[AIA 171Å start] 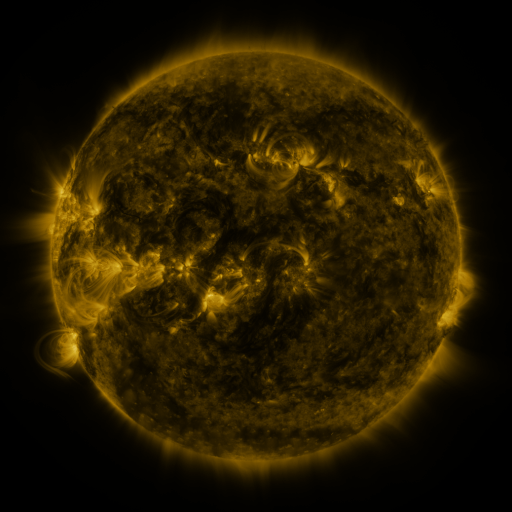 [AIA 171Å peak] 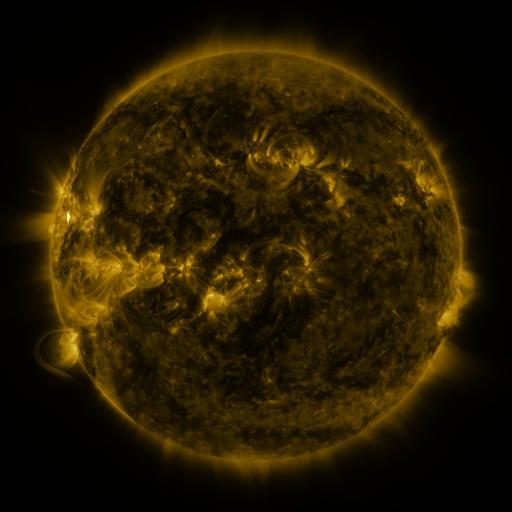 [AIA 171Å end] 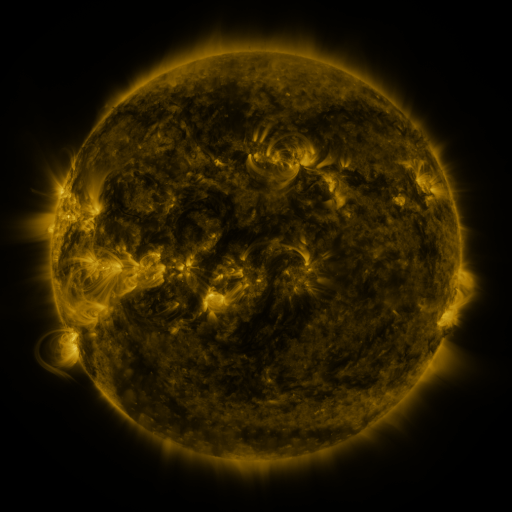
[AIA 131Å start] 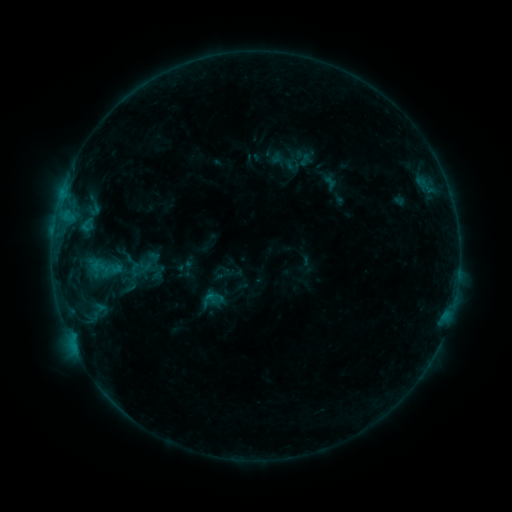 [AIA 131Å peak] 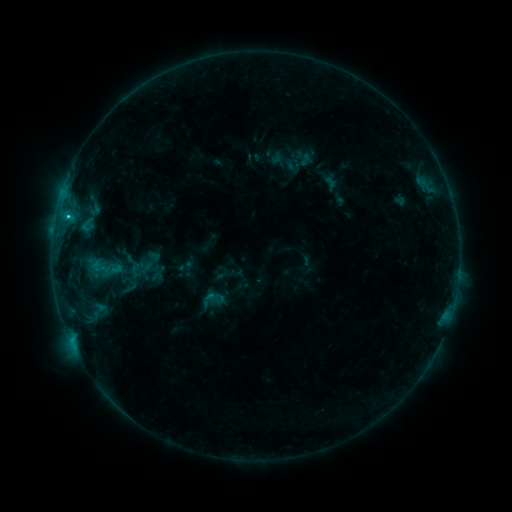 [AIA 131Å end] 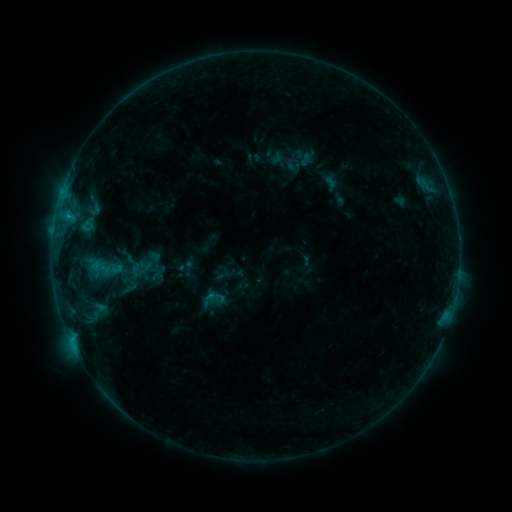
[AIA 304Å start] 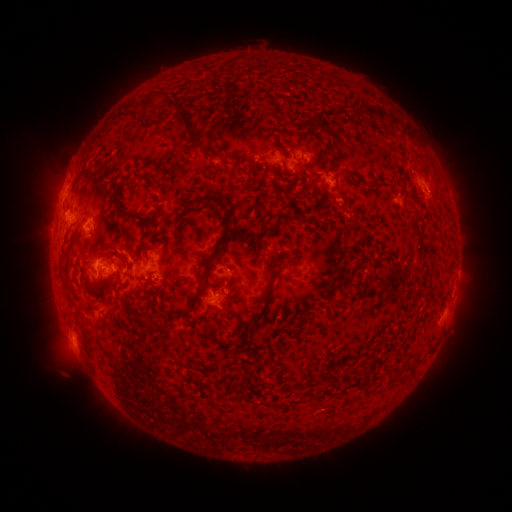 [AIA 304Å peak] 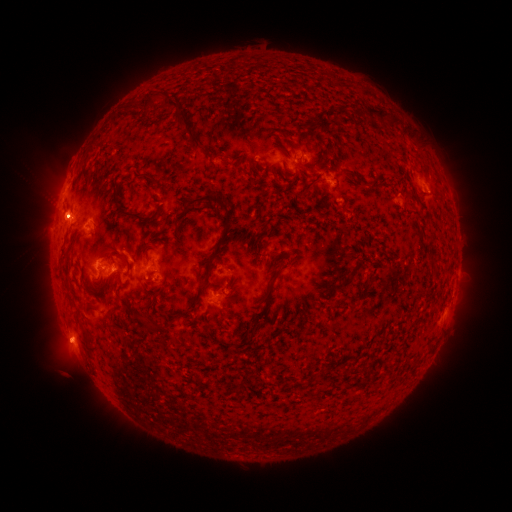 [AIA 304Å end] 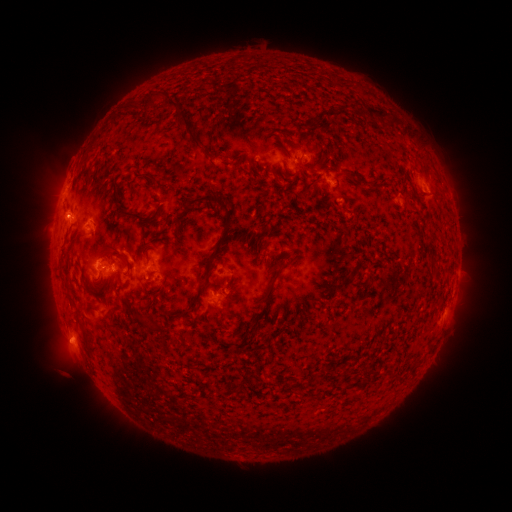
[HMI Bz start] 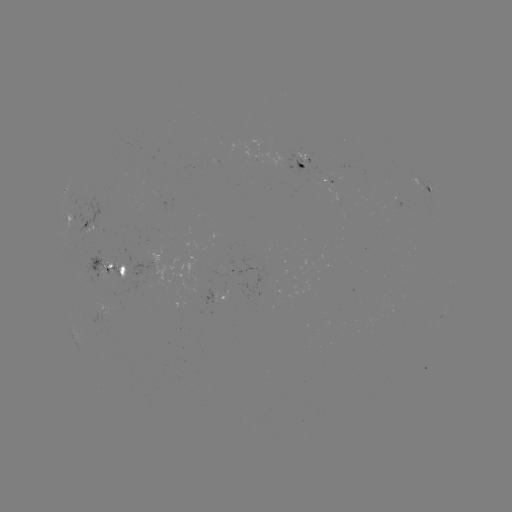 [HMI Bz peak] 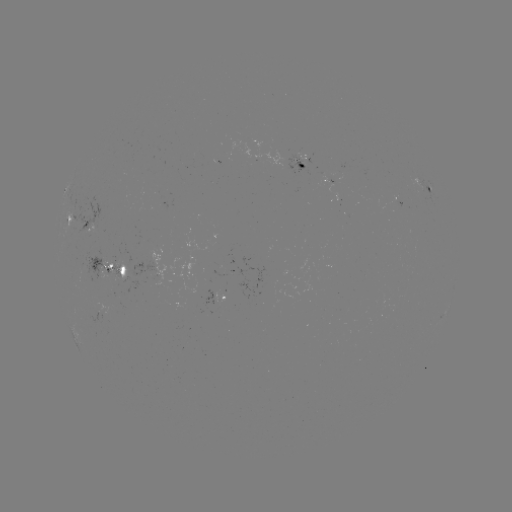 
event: flare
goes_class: B9.1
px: (72, 338)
